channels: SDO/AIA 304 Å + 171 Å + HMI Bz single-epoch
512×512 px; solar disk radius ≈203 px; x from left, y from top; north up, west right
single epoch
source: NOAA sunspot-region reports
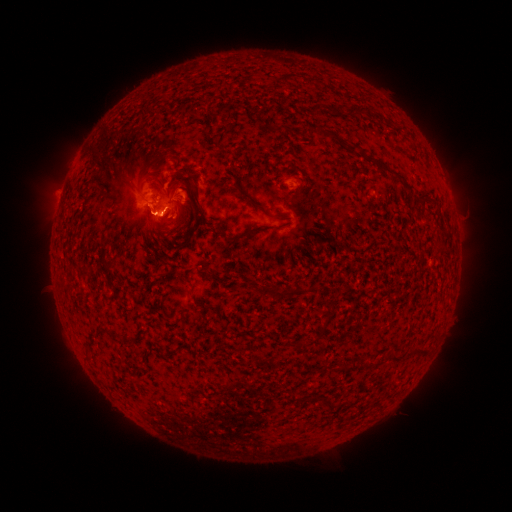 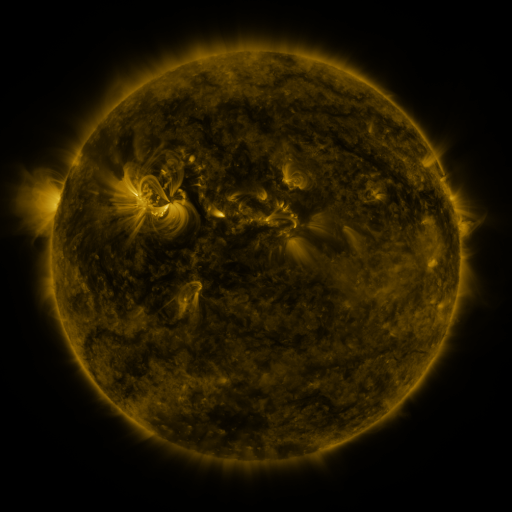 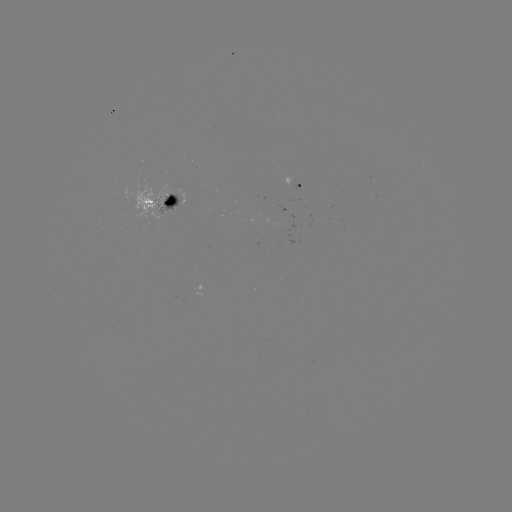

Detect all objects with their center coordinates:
spotted active region: (293, 183)
spotted active region: (161, 206)
